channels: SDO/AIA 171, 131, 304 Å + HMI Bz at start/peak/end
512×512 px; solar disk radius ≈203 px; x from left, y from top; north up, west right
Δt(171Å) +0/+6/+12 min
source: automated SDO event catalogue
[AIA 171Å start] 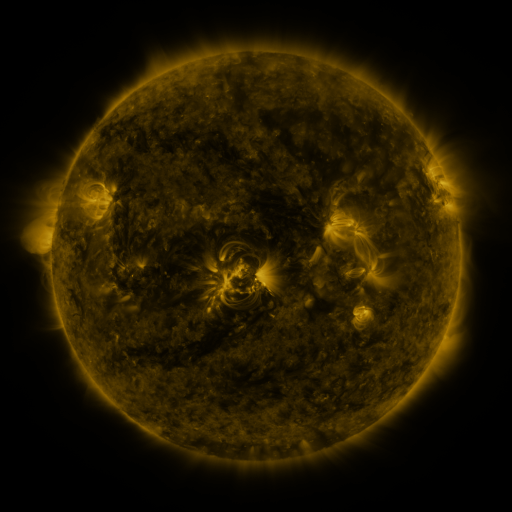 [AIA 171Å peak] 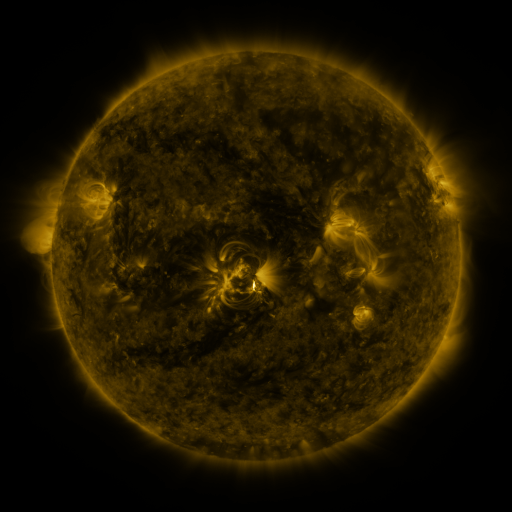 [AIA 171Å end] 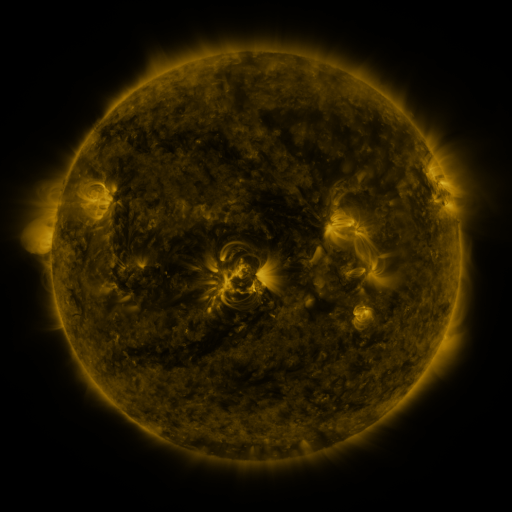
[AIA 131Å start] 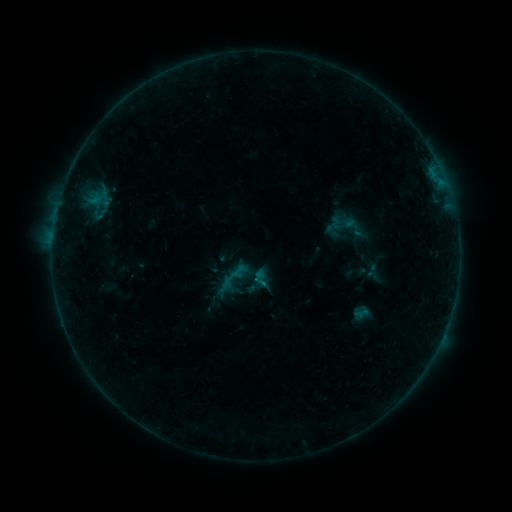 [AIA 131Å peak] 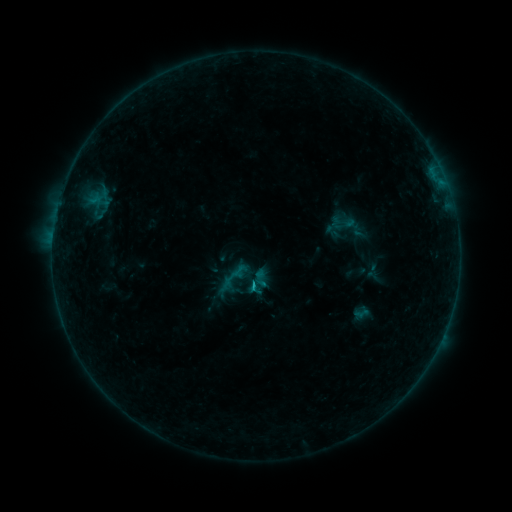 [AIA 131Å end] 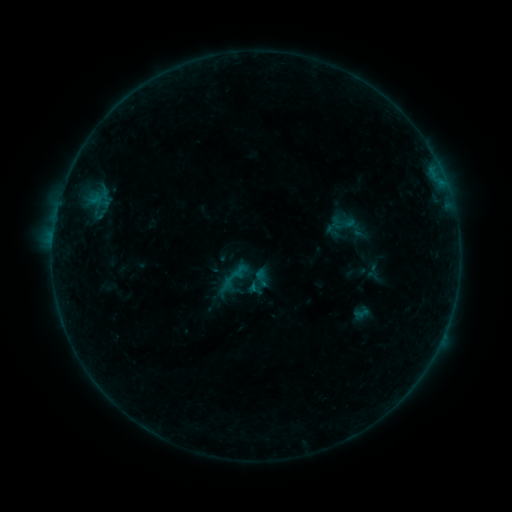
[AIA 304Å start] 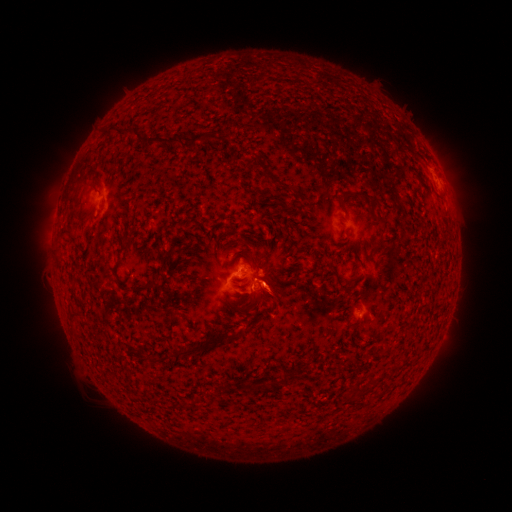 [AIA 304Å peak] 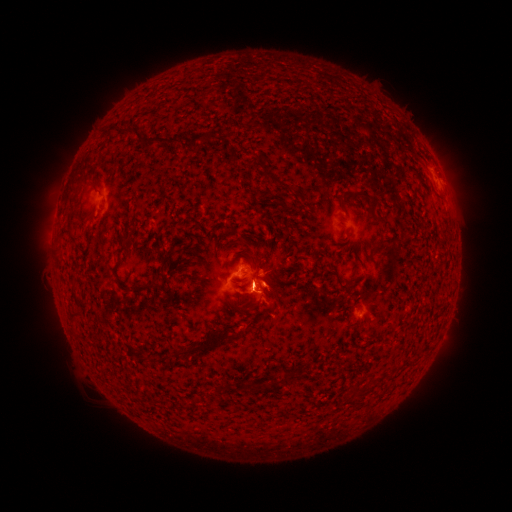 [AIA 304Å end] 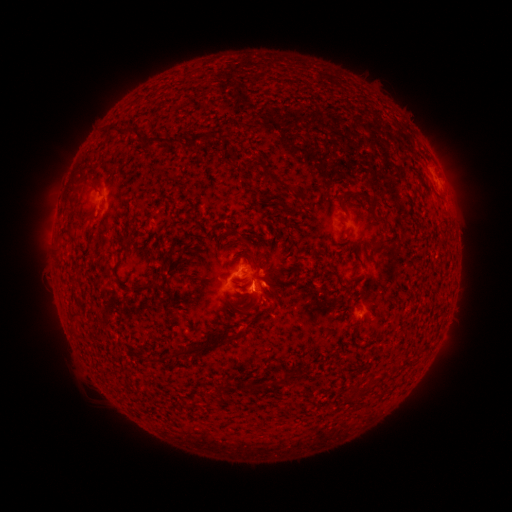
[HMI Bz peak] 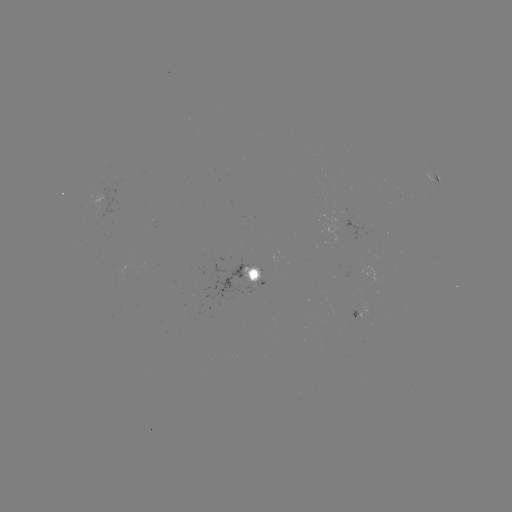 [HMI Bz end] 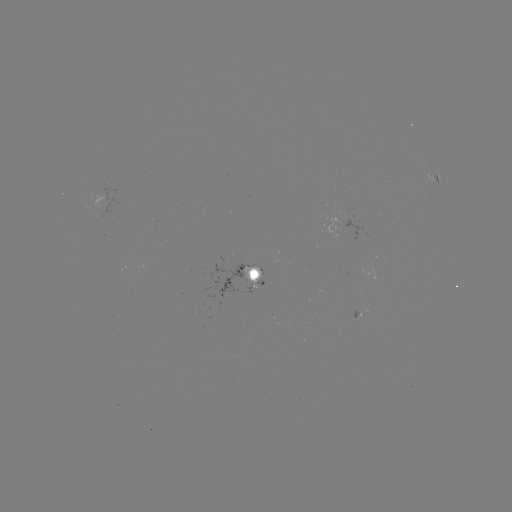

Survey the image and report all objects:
B3.9 flare: (256, 287)
